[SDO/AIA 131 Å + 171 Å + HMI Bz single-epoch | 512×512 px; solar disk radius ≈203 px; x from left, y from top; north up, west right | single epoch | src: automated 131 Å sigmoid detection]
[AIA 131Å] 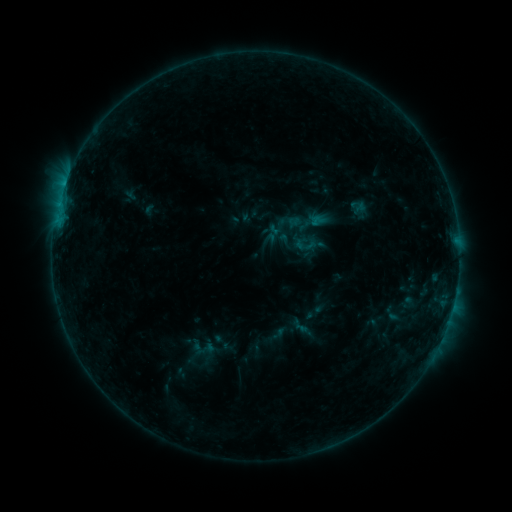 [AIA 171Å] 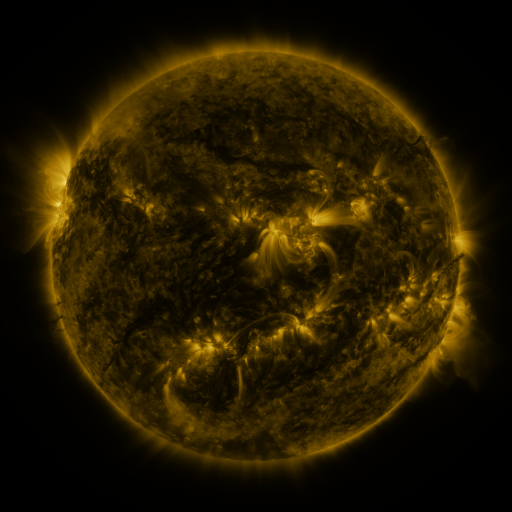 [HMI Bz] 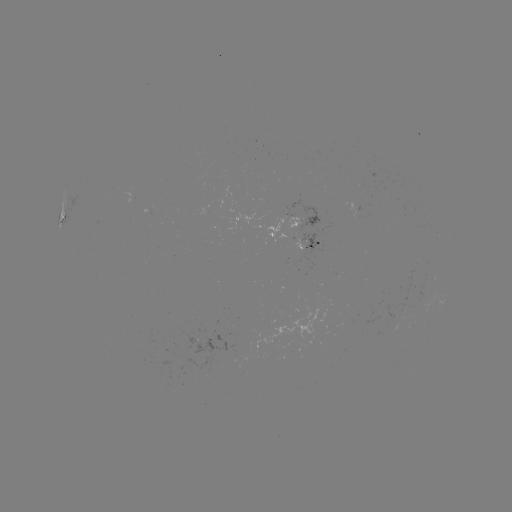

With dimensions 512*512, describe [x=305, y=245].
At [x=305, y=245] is sigmoid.